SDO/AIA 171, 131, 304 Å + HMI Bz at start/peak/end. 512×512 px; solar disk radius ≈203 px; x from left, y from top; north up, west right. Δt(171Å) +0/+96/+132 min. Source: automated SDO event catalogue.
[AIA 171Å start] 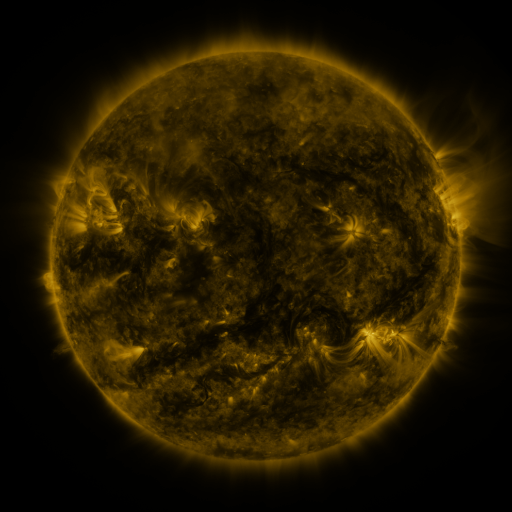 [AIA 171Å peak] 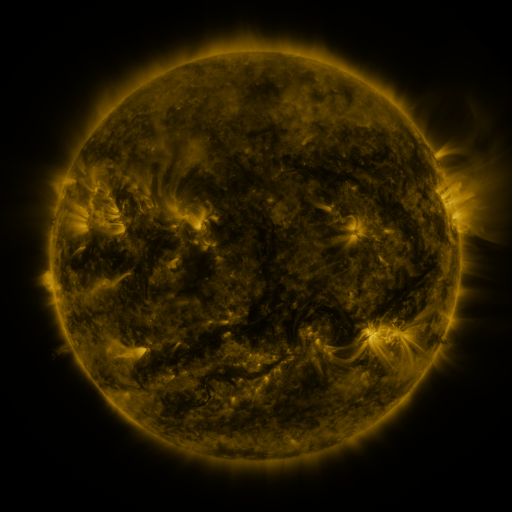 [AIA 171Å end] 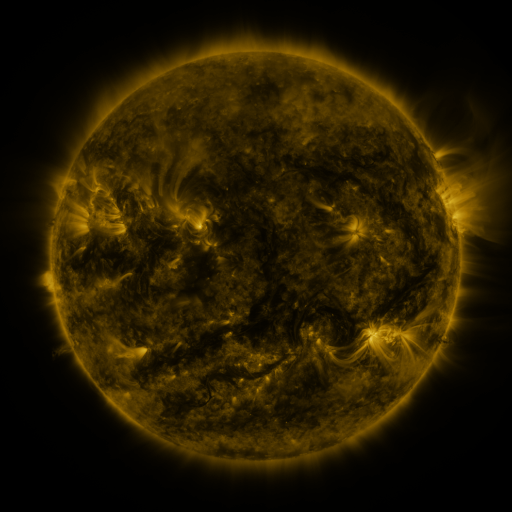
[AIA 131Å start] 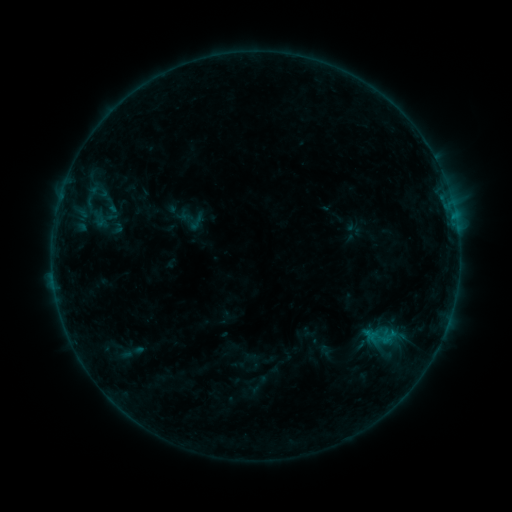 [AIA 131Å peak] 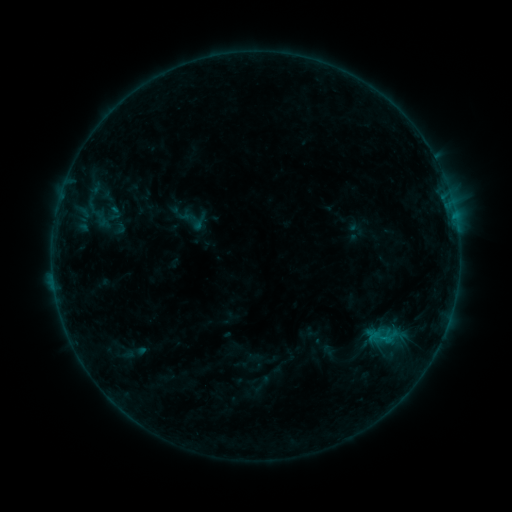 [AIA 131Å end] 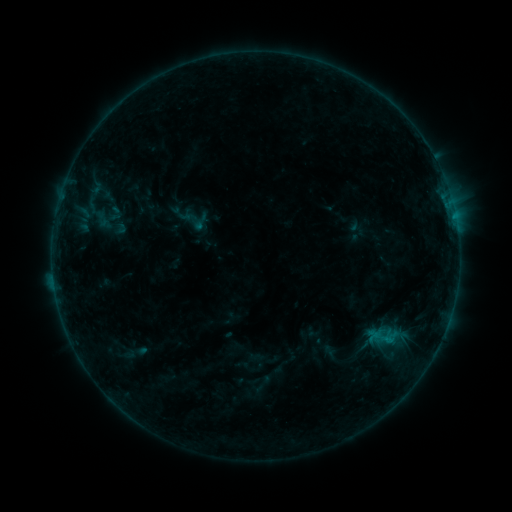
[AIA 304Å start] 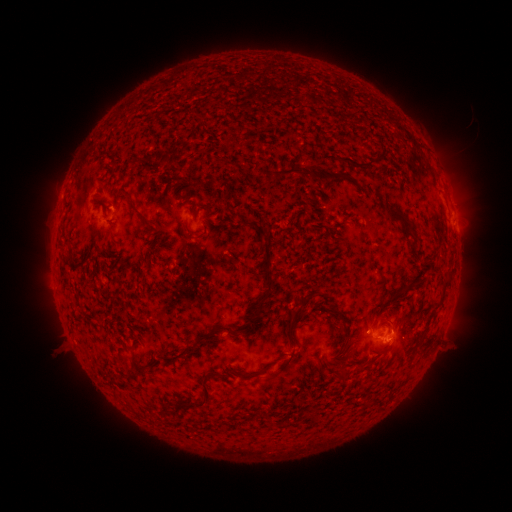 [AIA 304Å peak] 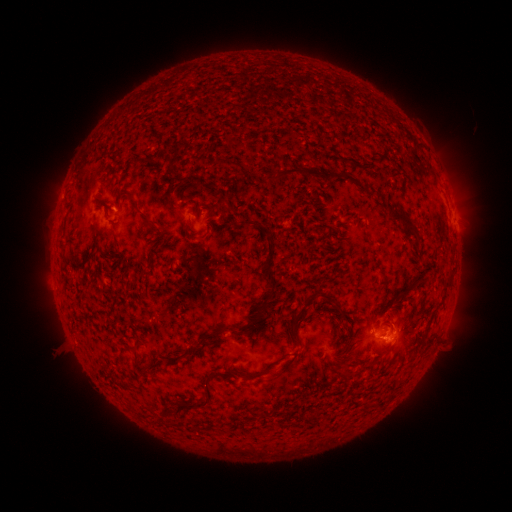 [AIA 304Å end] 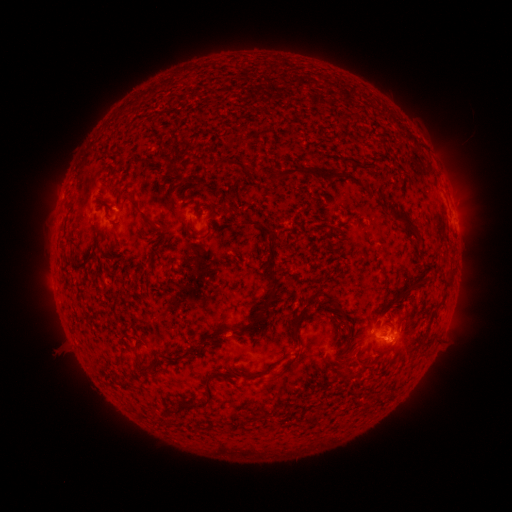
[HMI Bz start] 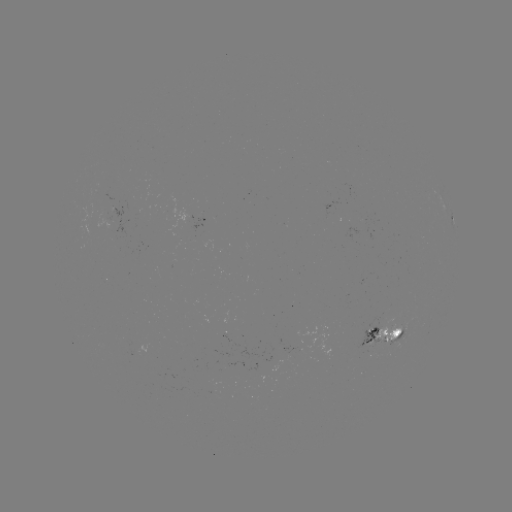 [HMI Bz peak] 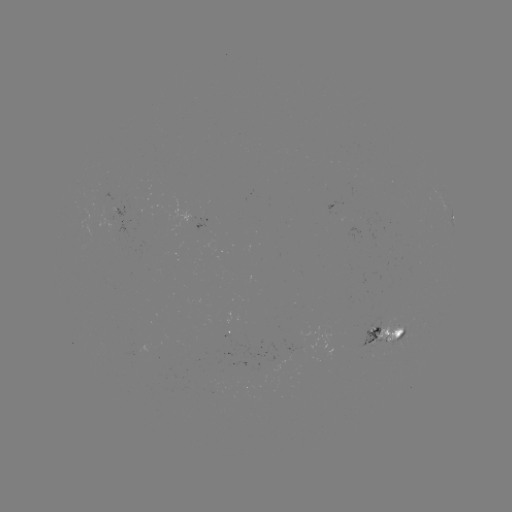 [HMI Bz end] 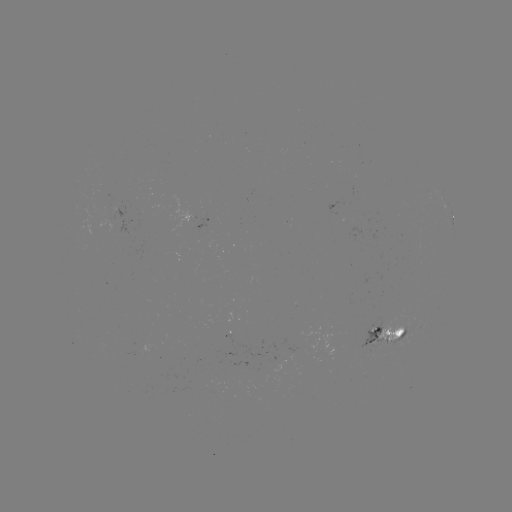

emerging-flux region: (390, 329, 405, 344)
